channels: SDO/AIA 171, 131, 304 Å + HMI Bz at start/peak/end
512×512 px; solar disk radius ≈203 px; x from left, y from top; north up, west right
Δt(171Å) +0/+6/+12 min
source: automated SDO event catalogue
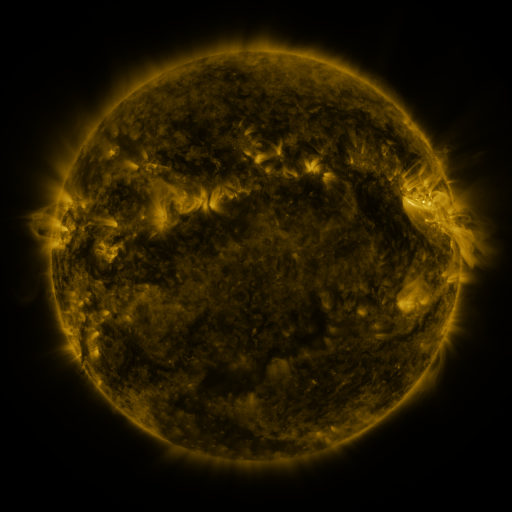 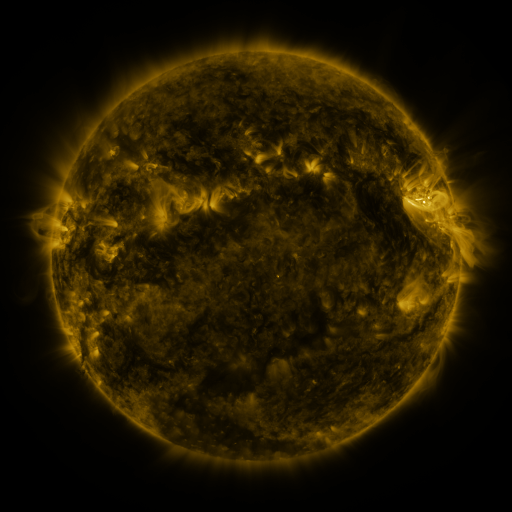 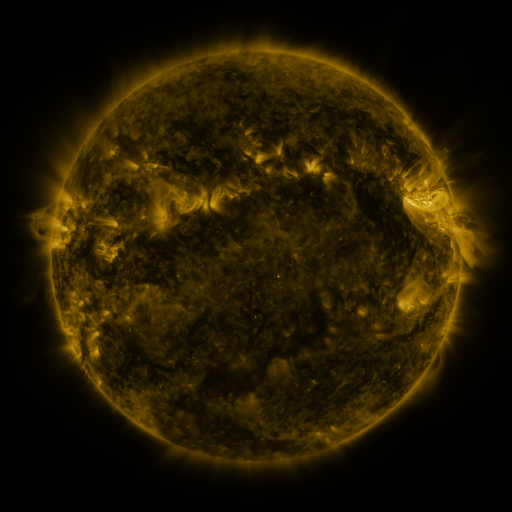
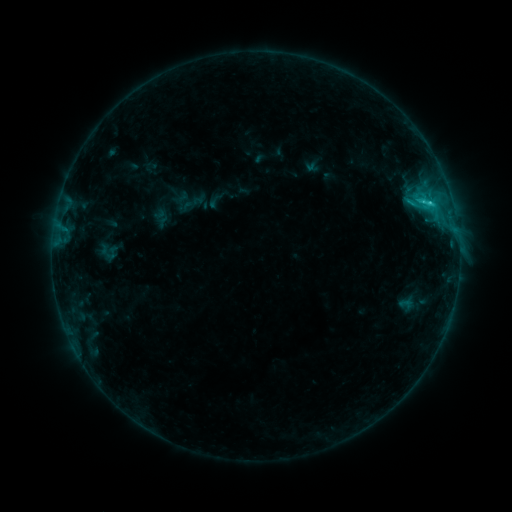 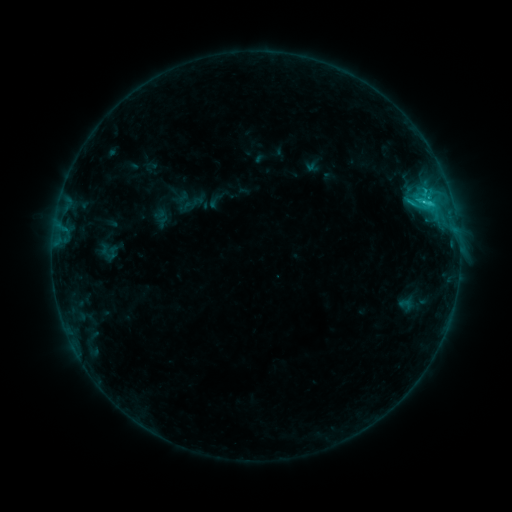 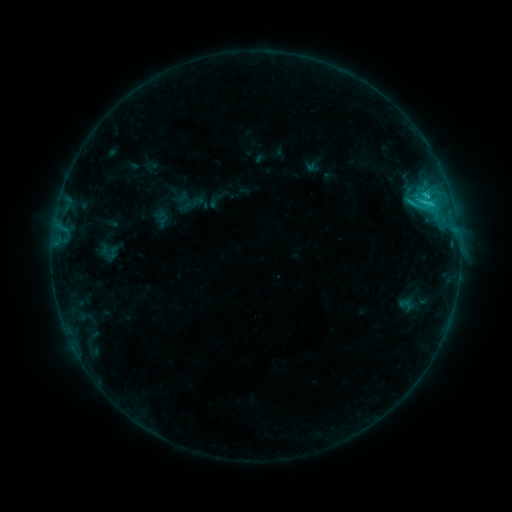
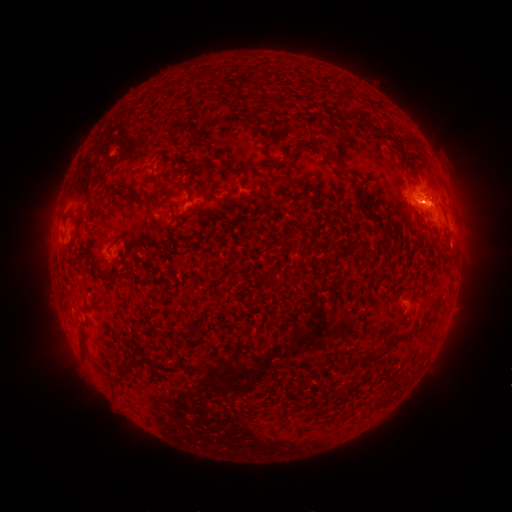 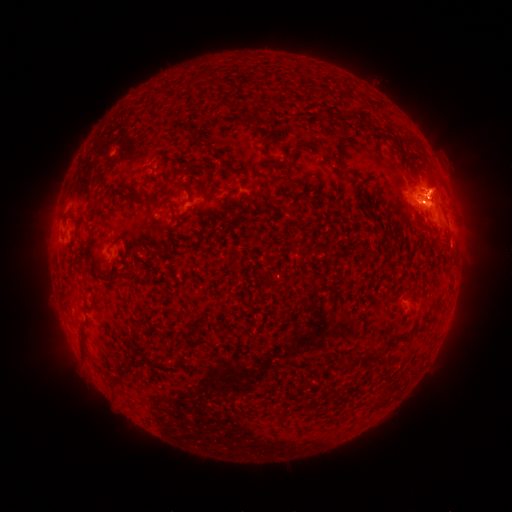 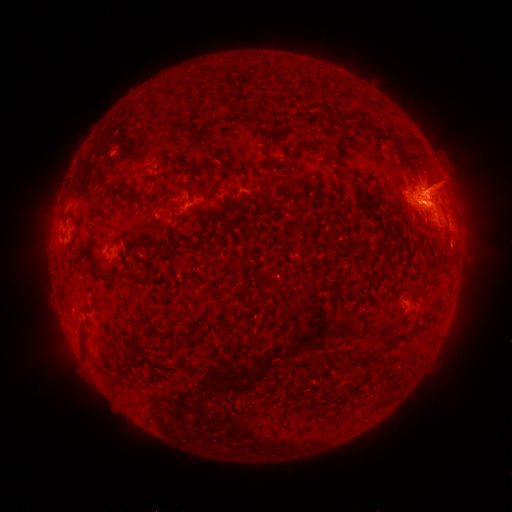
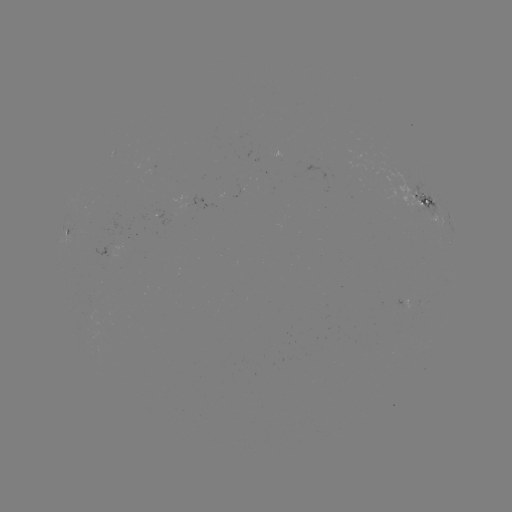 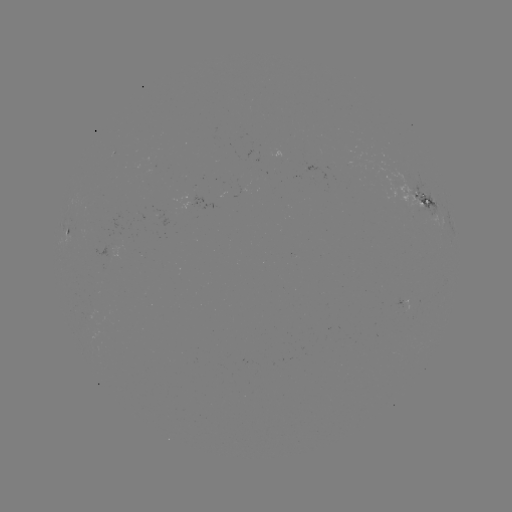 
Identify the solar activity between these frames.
eruption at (437, 184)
